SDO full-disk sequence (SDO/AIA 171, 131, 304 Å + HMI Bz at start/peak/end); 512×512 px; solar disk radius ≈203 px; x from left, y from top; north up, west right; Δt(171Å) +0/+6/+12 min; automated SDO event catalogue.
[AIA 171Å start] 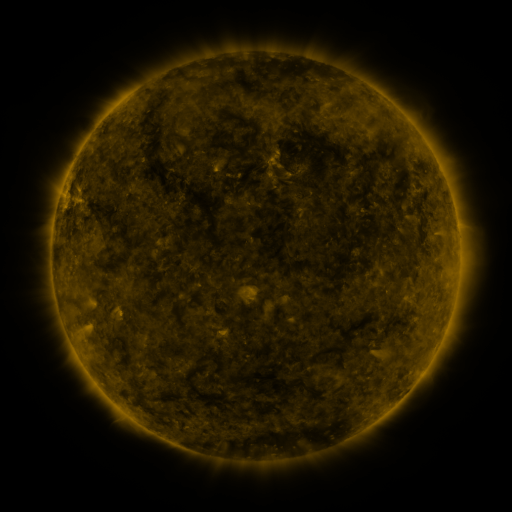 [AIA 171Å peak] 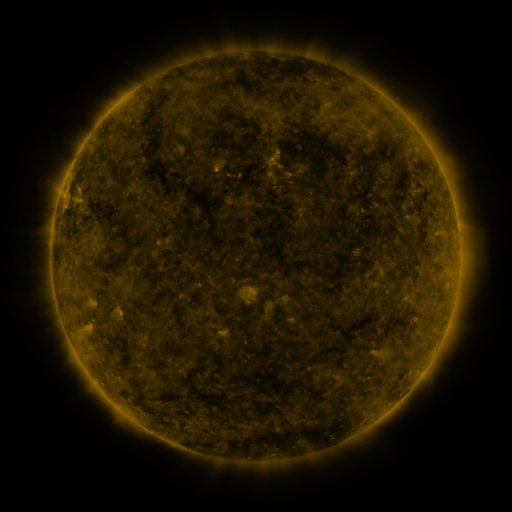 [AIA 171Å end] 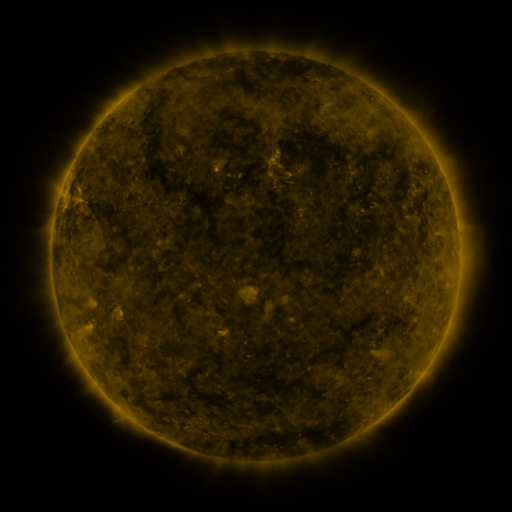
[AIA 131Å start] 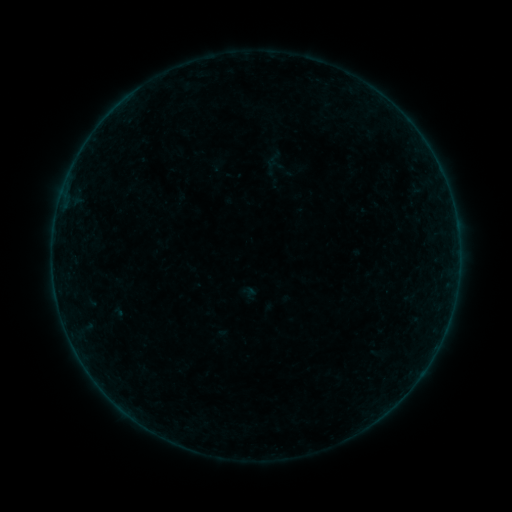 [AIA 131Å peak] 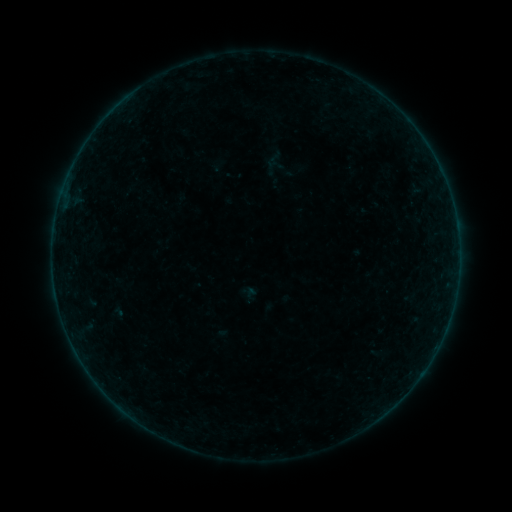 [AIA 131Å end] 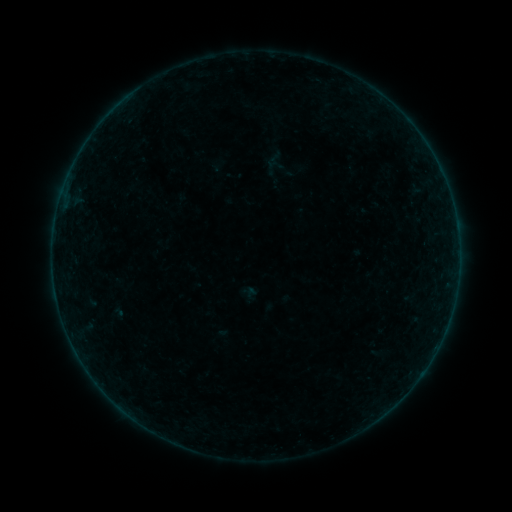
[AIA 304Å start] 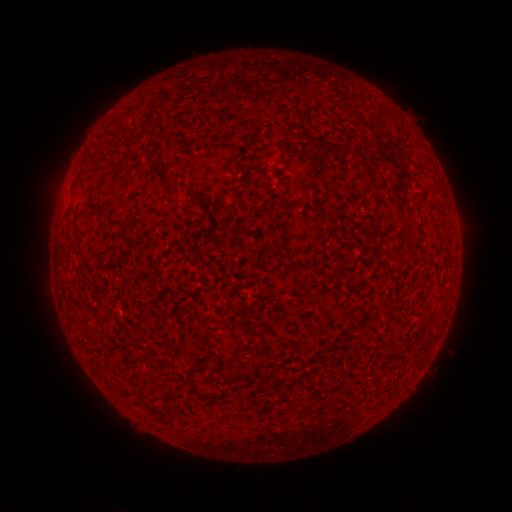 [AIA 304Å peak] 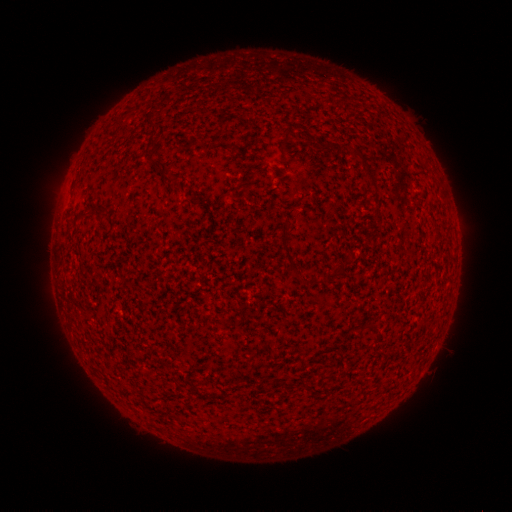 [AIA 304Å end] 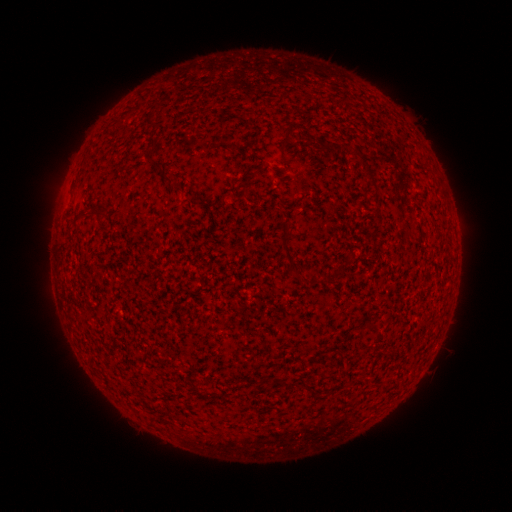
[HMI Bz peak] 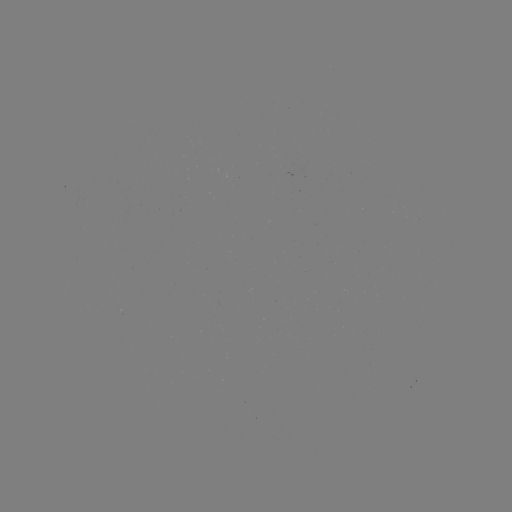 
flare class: B2.4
